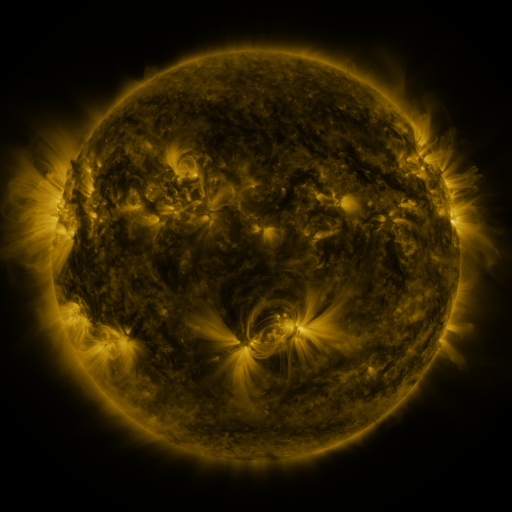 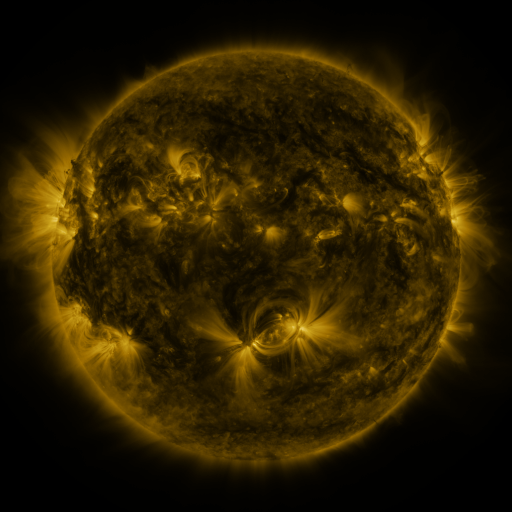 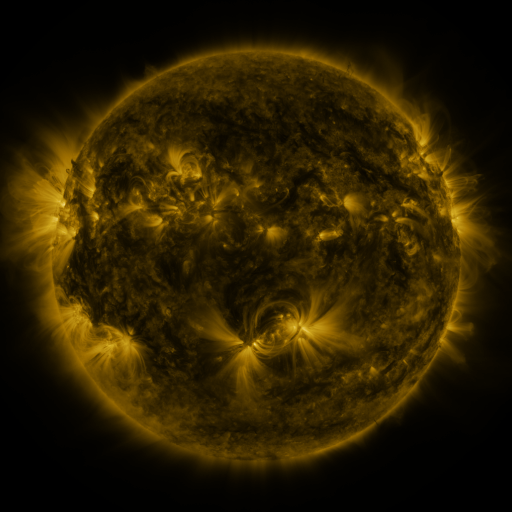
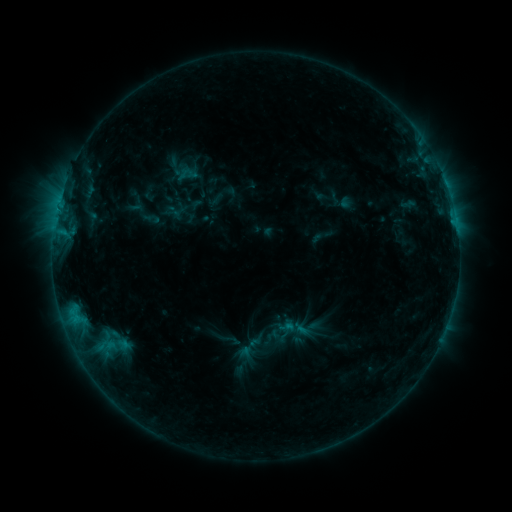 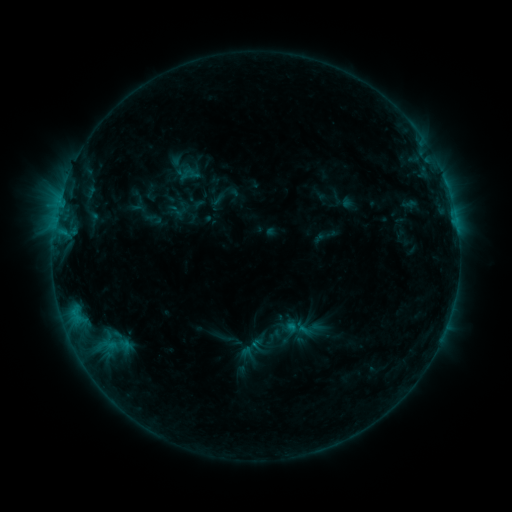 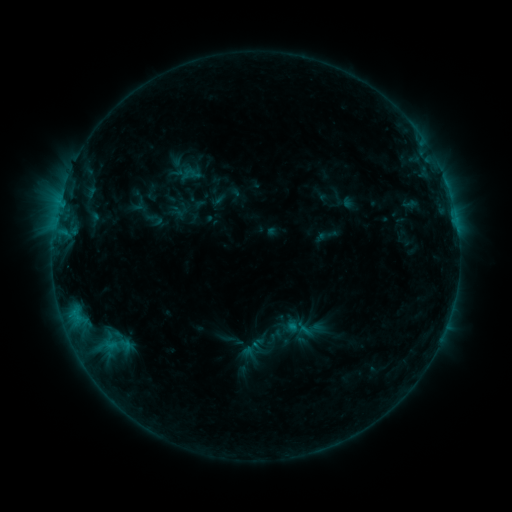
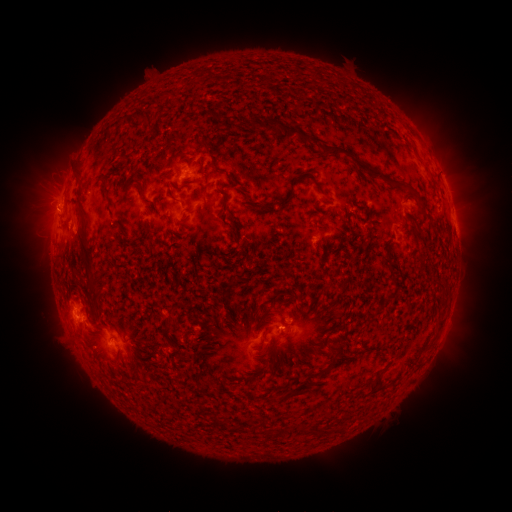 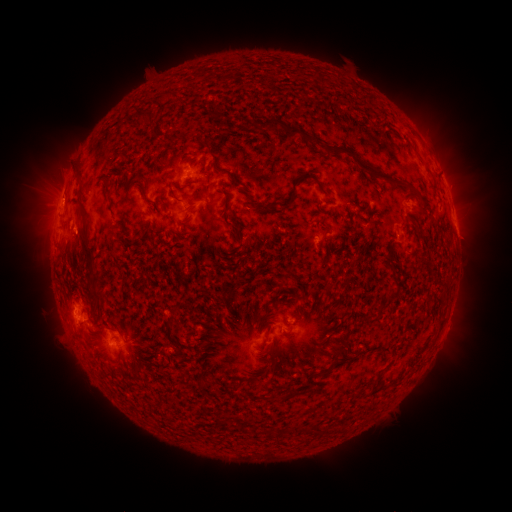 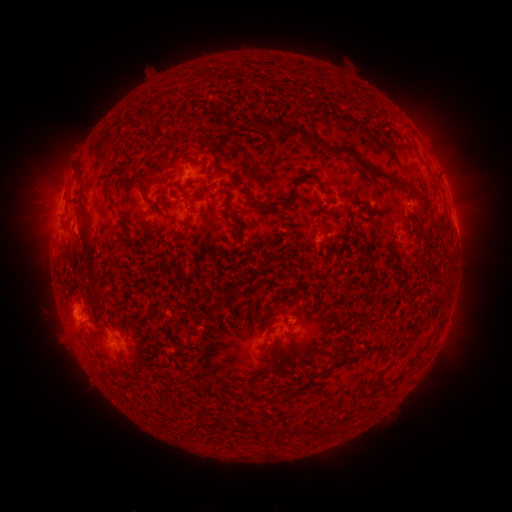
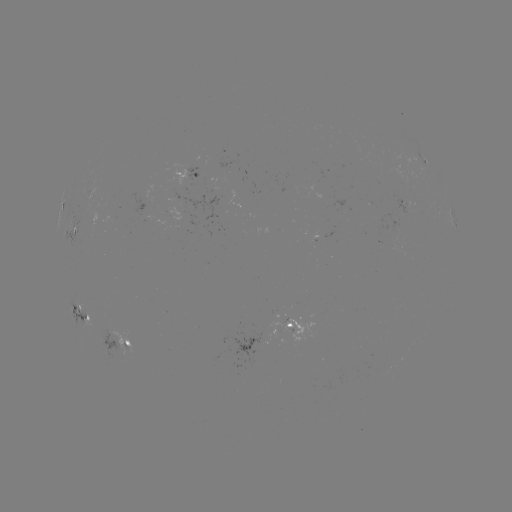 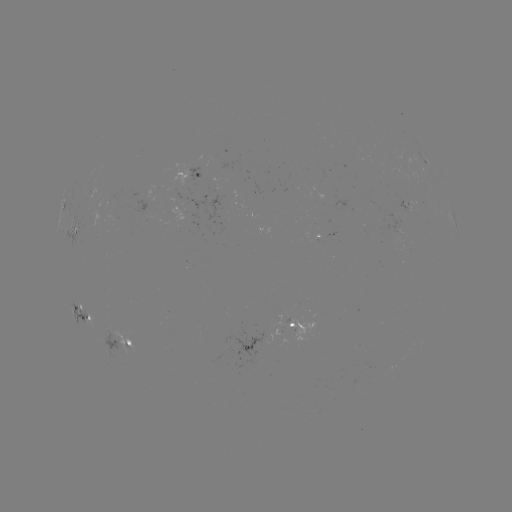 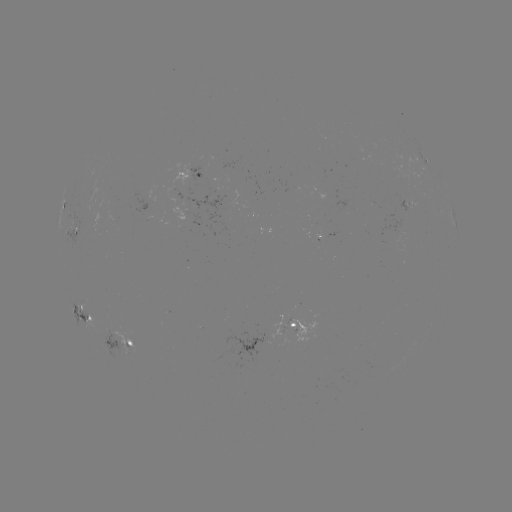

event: emerging-flux region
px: (120, 337)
